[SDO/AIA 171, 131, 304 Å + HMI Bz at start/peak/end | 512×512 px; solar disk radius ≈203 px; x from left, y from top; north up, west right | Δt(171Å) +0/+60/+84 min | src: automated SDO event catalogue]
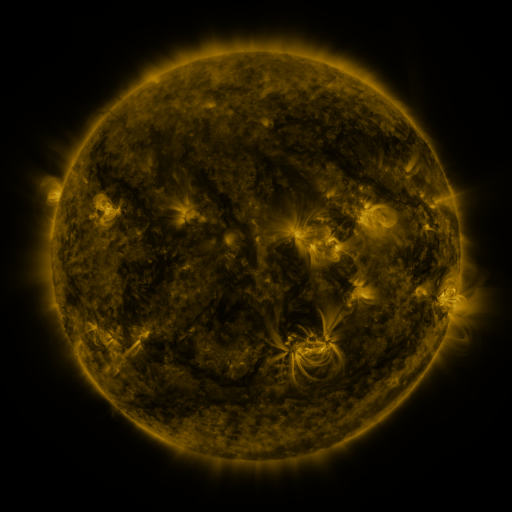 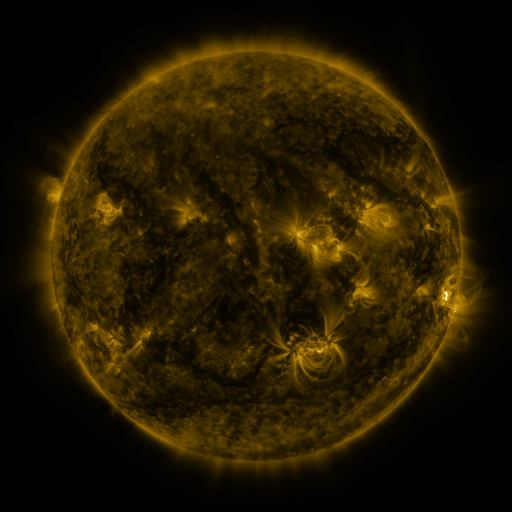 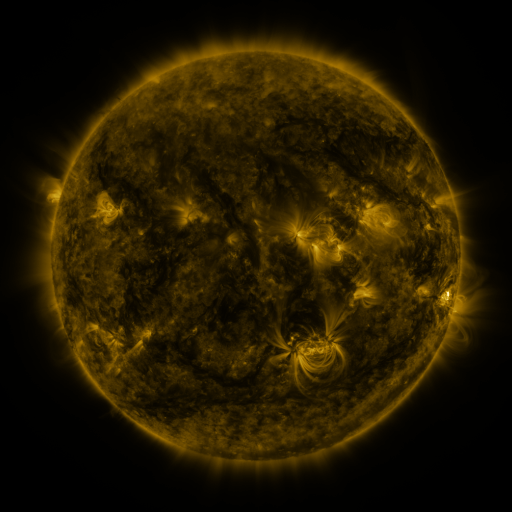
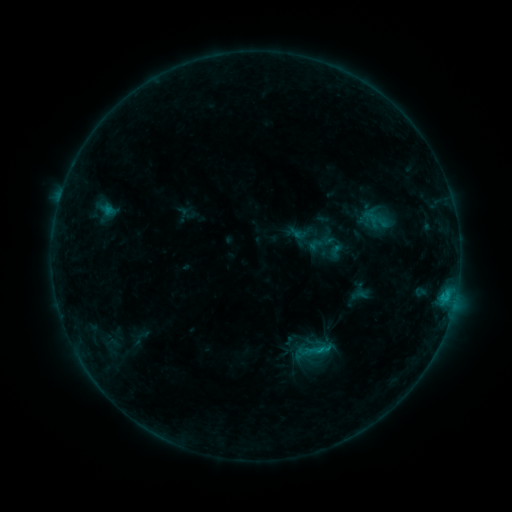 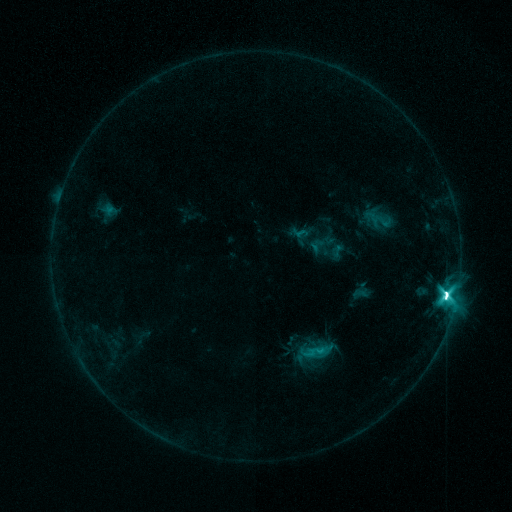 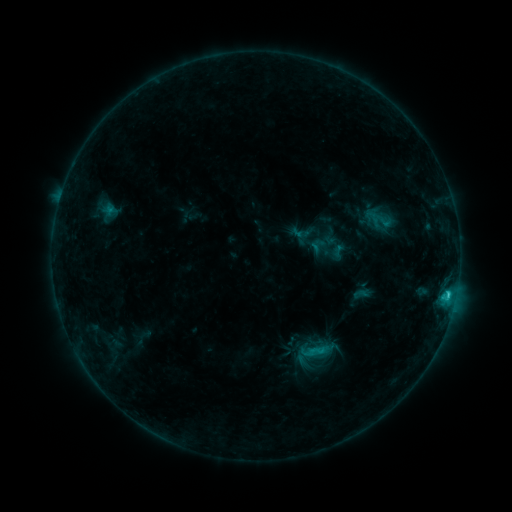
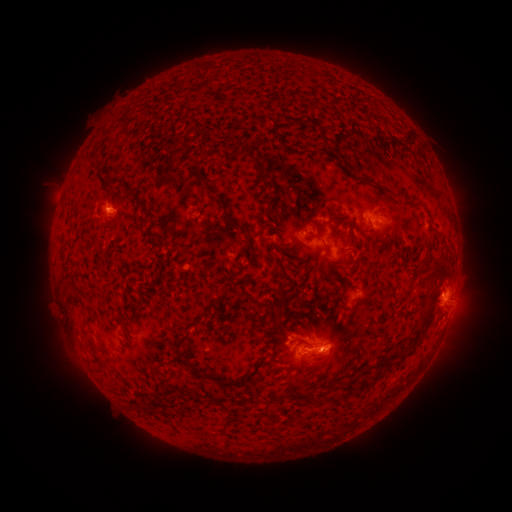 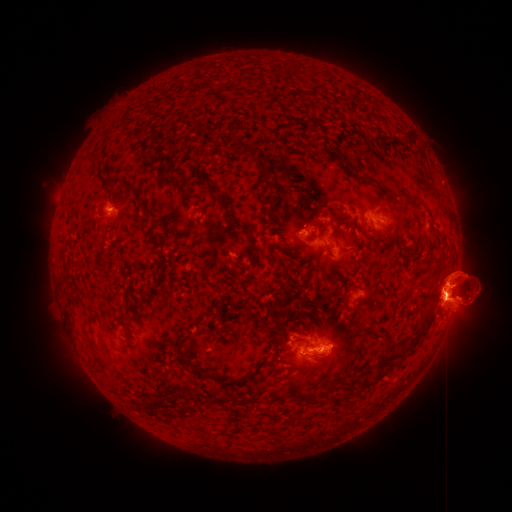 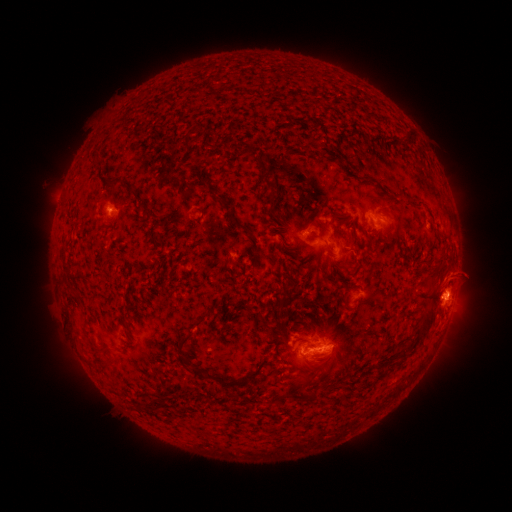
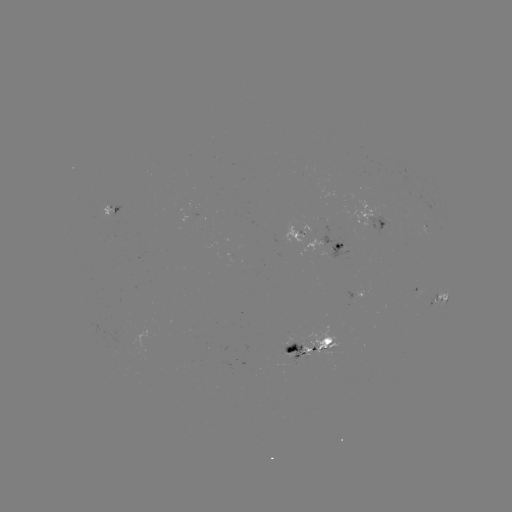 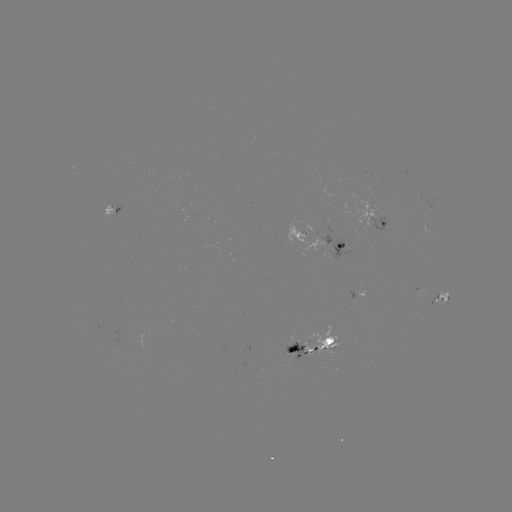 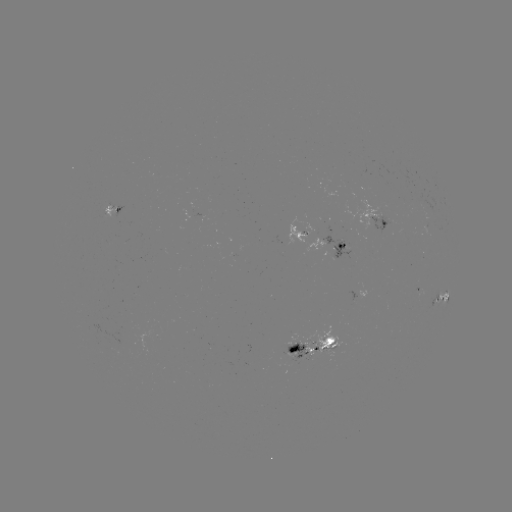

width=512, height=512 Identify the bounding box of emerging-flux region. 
[285, 344, 306, 362].